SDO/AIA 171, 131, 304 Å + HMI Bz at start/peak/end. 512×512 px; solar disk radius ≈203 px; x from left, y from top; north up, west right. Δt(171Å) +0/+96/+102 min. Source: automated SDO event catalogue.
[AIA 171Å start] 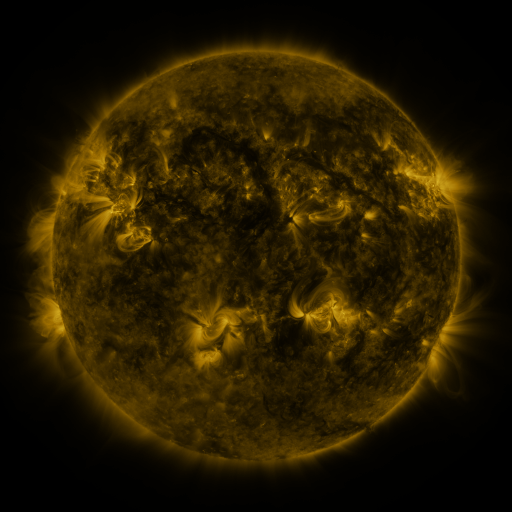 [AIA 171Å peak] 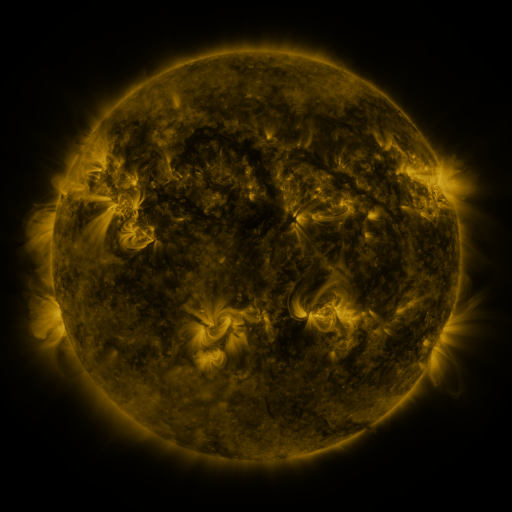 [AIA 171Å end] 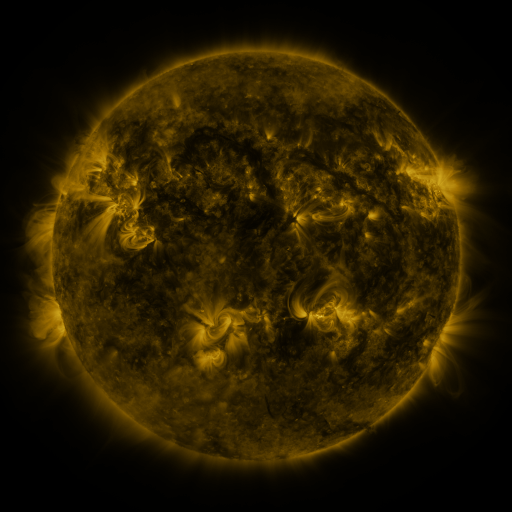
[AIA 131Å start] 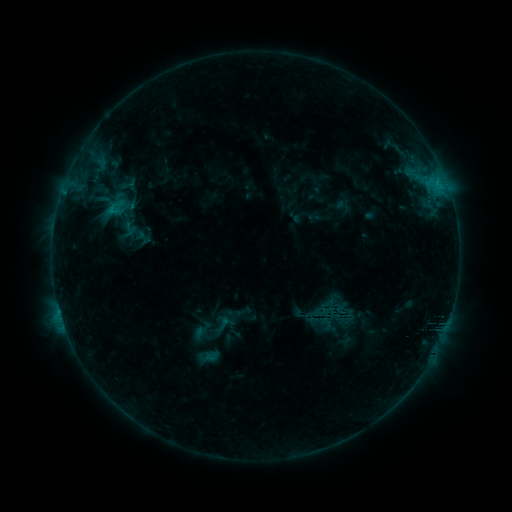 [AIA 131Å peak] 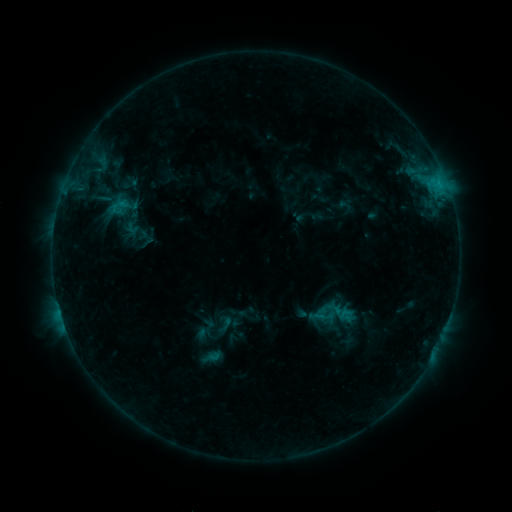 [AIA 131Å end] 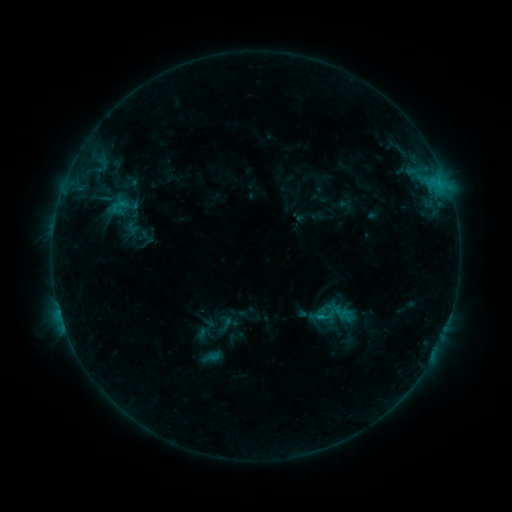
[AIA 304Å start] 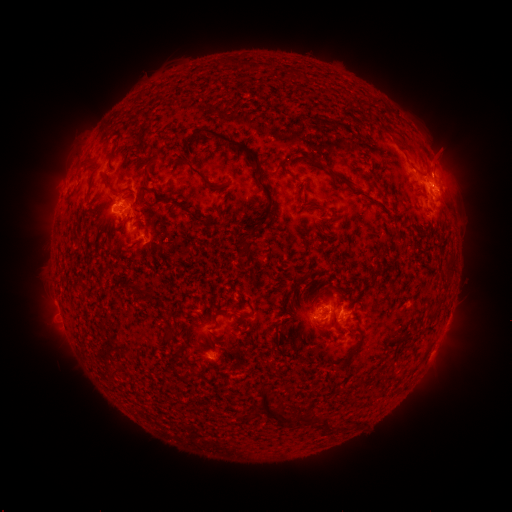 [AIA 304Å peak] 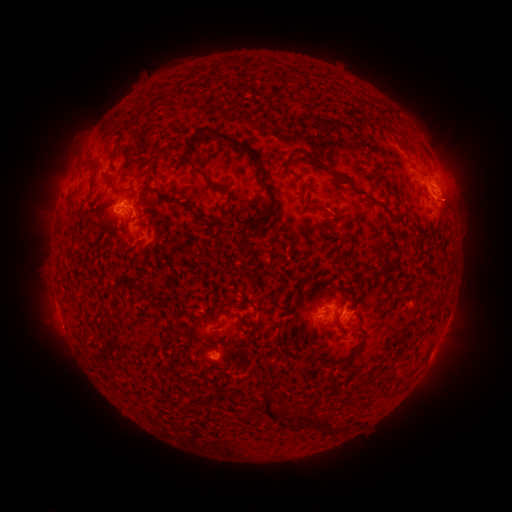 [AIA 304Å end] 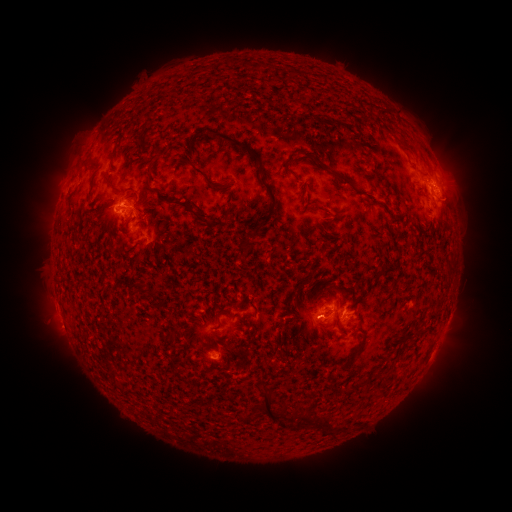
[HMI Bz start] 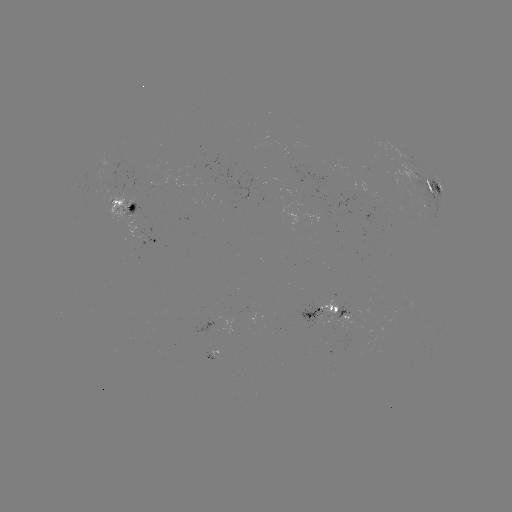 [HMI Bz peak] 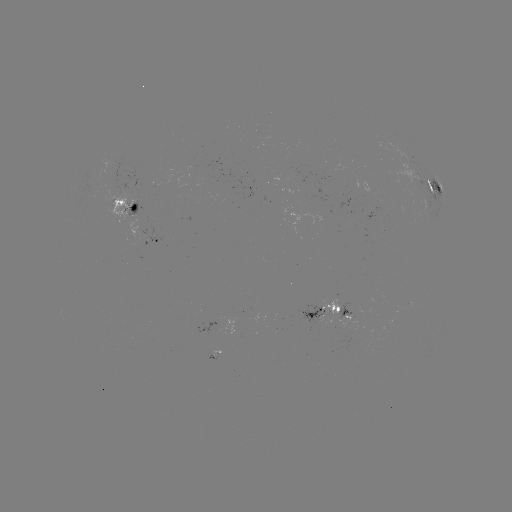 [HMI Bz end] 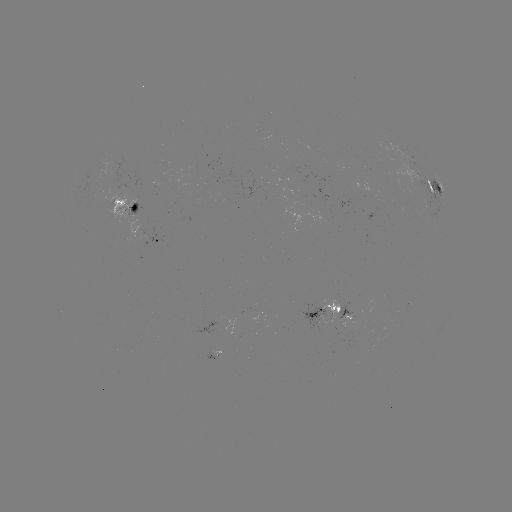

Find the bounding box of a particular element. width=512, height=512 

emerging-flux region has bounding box [300, 307, 331, 331].